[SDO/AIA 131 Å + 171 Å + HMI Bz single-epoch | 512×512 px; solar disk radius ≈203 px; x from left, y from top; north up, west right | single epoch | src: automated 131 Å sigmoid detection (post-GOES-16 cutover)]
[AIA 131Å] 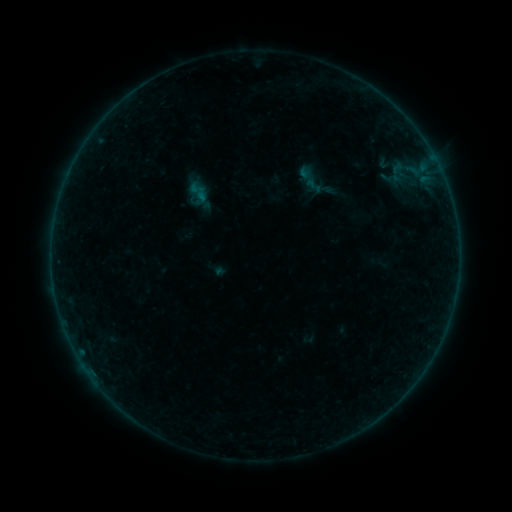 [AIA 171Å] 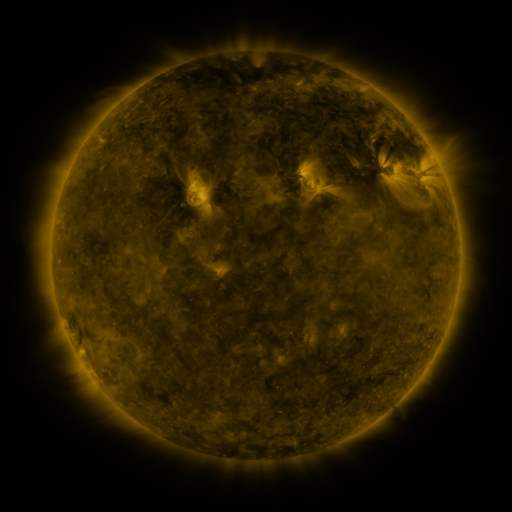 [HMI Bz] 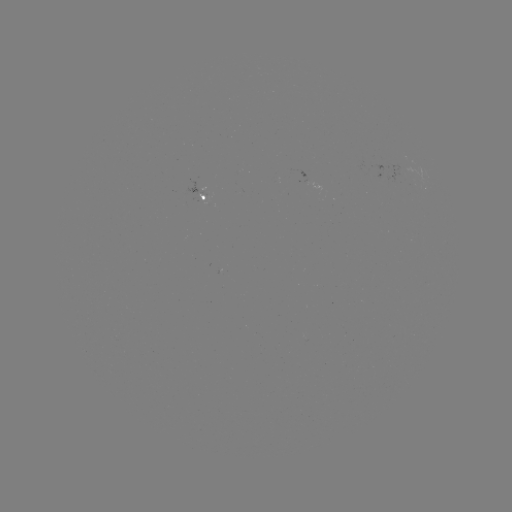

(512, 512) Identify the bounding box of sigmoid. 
[295, 167, 322, 188].